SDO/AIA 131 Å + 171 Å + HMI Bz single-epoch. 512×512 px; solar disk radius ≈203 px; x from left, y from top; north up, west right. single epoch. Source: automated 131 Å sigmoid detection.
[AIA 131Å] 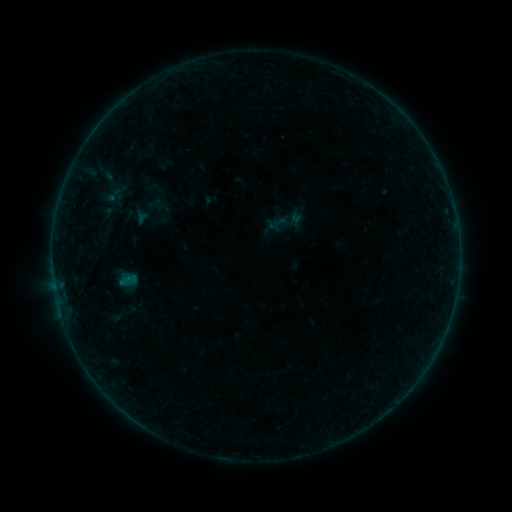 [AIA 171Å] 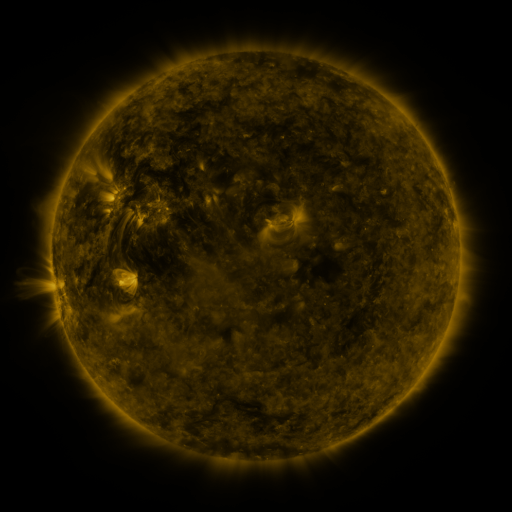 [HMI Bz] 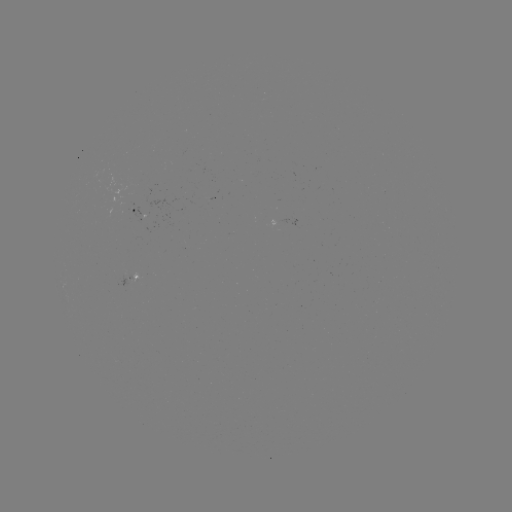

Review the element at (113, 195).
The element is sigmoid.